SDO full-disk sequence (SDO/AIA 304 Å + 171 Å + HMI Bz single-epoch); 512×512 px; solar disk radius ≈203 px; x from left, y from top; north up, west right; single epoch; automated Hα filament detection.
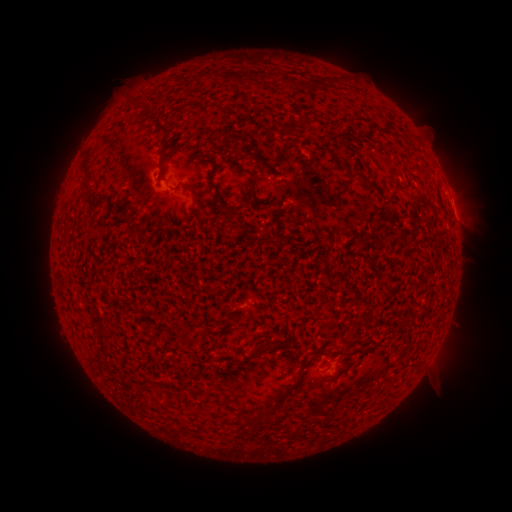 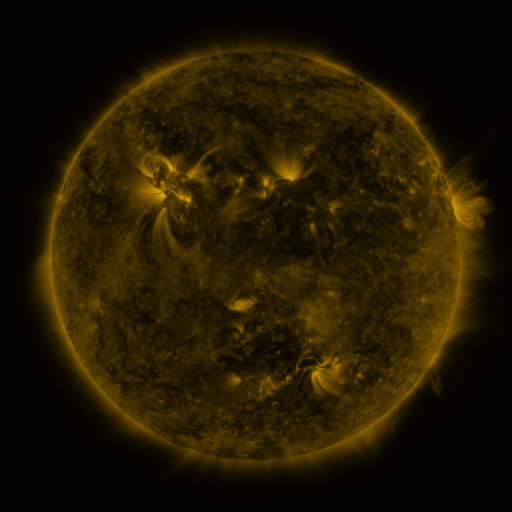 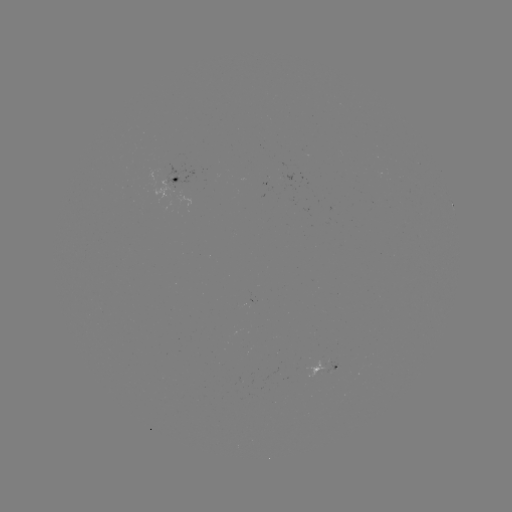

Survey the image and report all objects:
filament: (283, 79, 294, 87)
filament: (158, 144, 169, 181)
filament: (350, 173, 369, 186)
filament: (366, 183, 380, 192)
filament: (185, 184, 197, 195)
filament: (88, 197, 104, 207)
filament: (250, 346, 267, 357)
filament: (317, 348, 334, 362)
filament: (271, 382, 296, 405)
